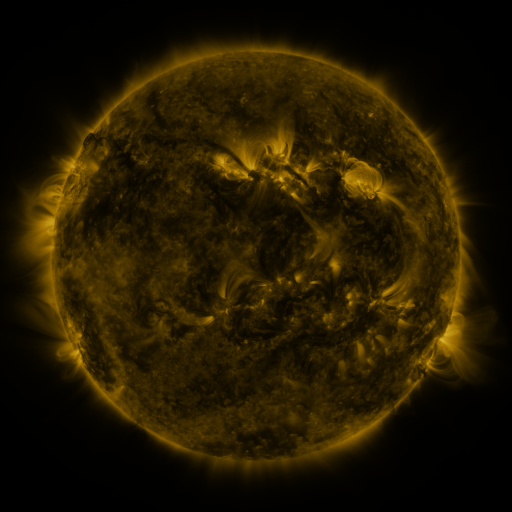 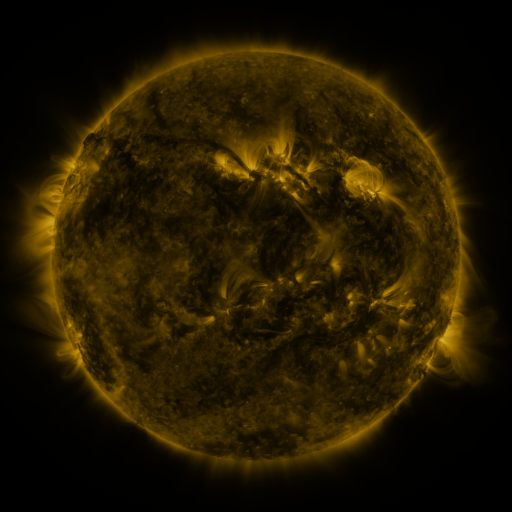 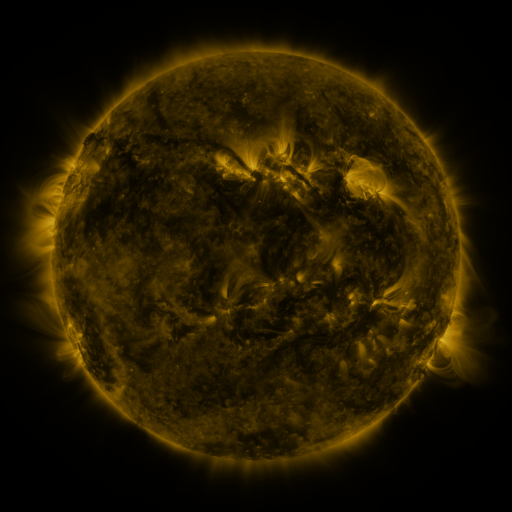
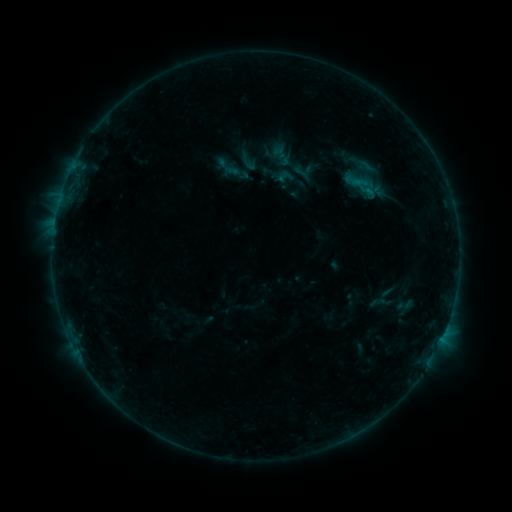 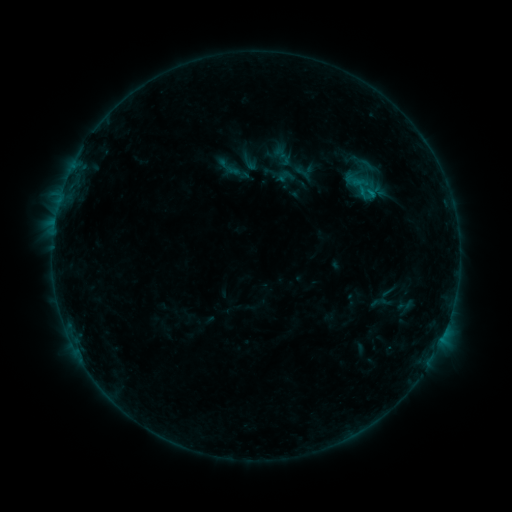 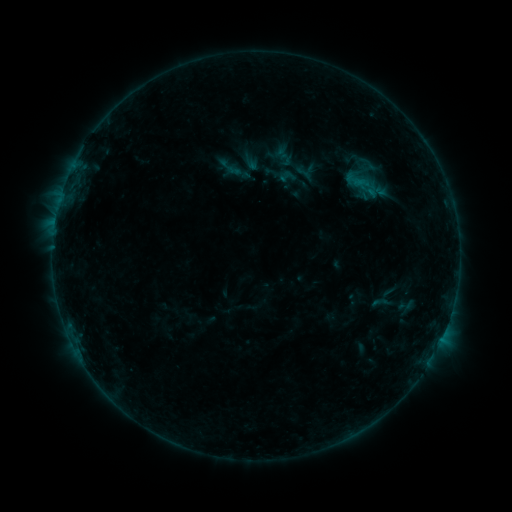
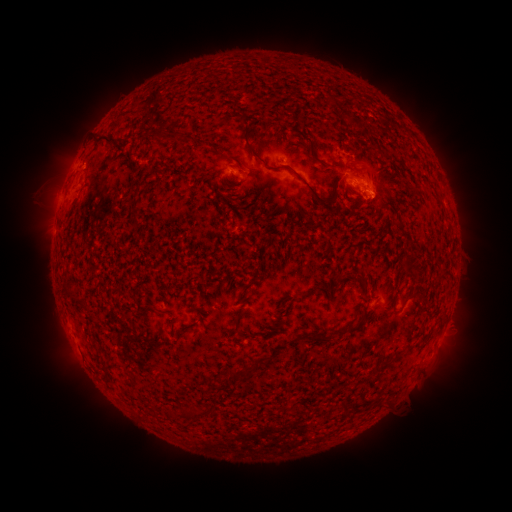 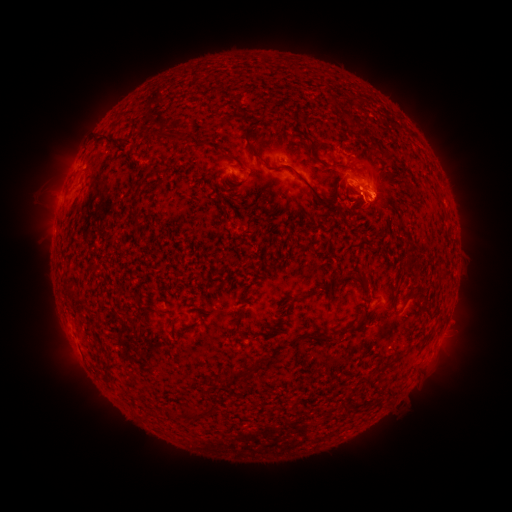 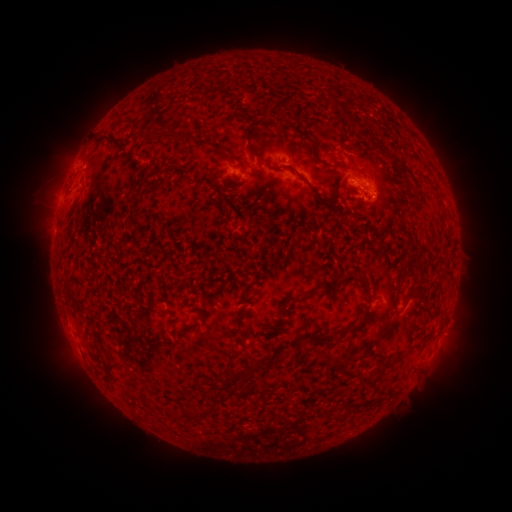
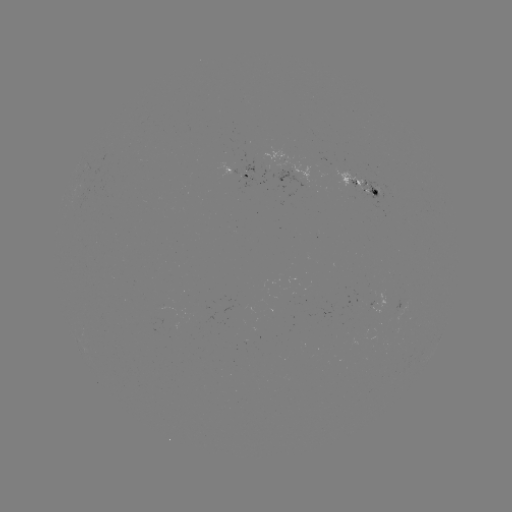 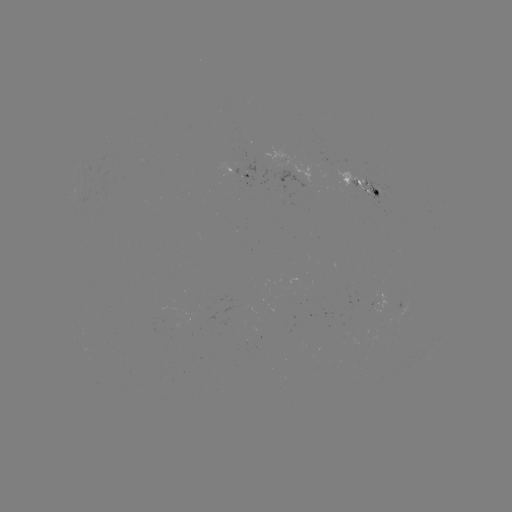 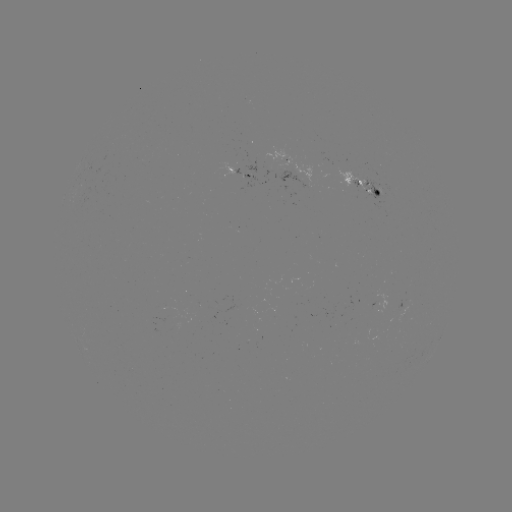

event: flare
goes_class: B5.5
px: (361, 195)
